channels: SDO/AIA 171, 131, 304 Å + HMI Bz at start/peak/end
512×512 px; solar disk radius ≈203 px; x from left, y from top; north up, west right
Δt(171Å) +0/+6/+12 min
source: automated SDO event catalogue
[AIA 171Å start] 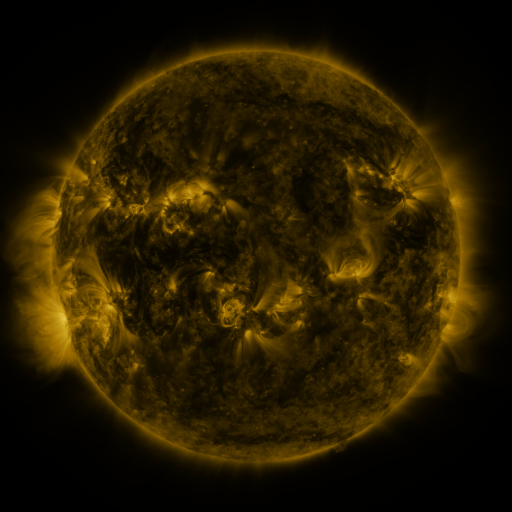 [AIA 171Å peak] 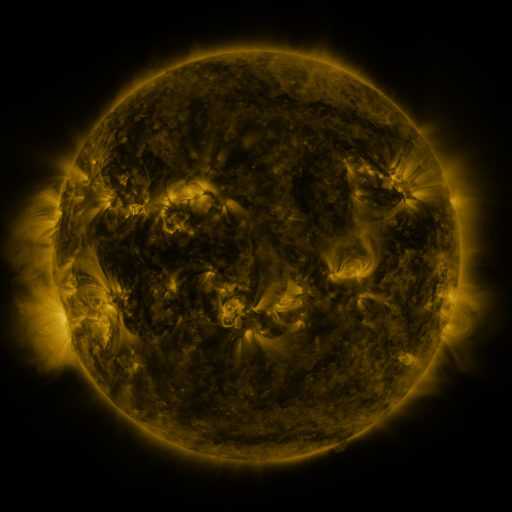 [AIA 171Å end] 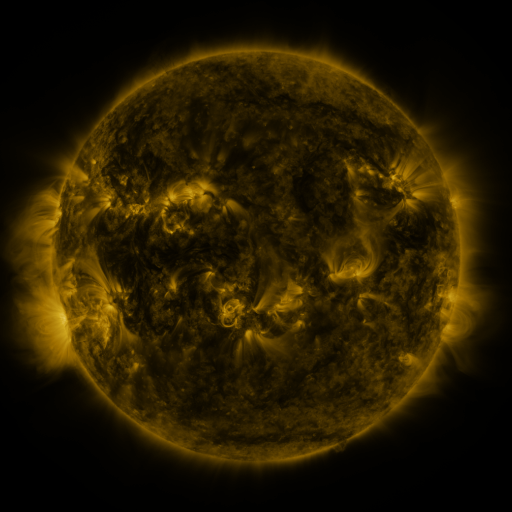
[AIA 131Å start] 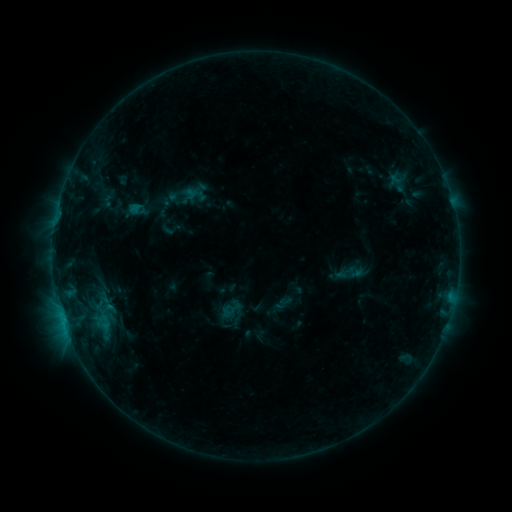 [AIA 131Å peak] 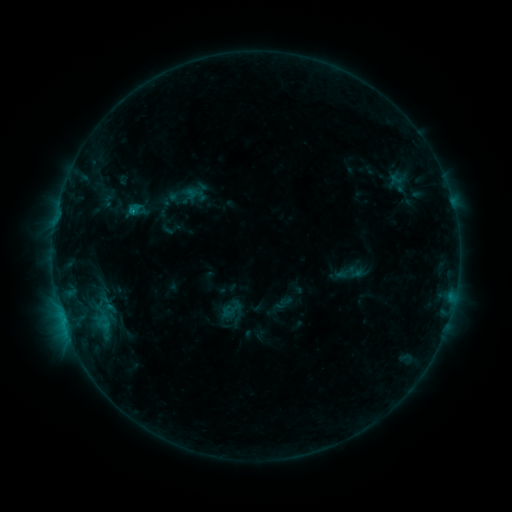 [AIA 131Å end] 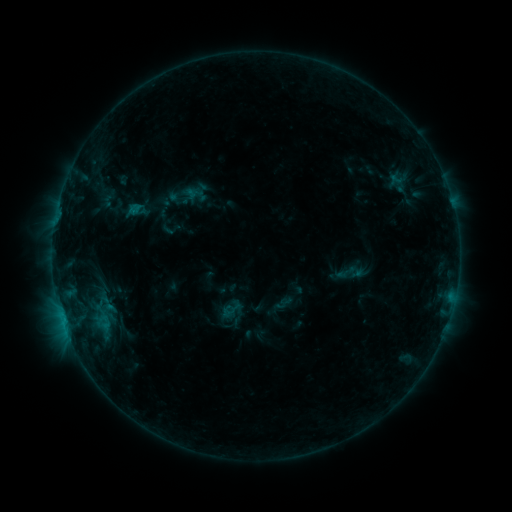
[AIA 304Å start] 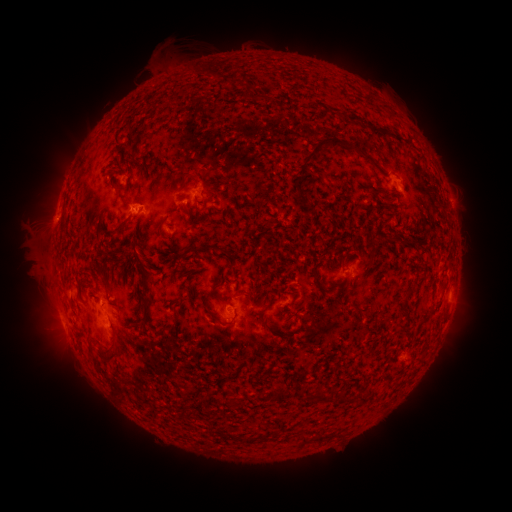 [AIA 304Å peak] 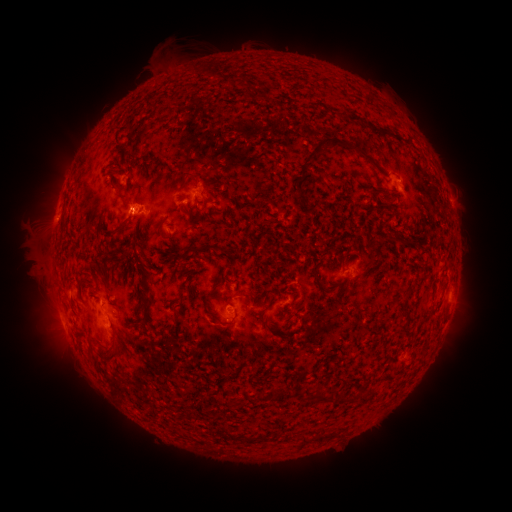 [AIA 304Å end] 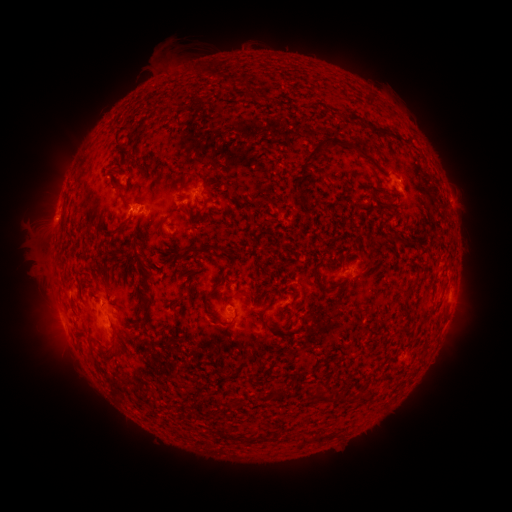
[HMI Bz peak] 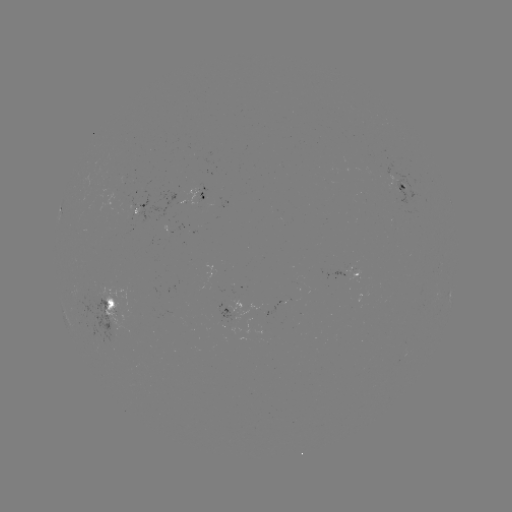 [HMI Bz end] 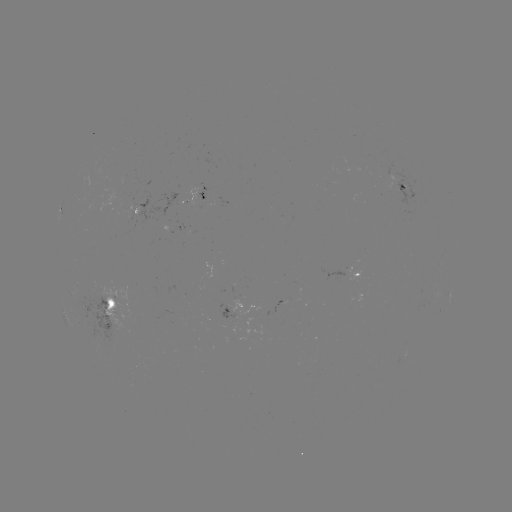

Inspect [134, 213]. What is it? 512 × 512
B5.7 flare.